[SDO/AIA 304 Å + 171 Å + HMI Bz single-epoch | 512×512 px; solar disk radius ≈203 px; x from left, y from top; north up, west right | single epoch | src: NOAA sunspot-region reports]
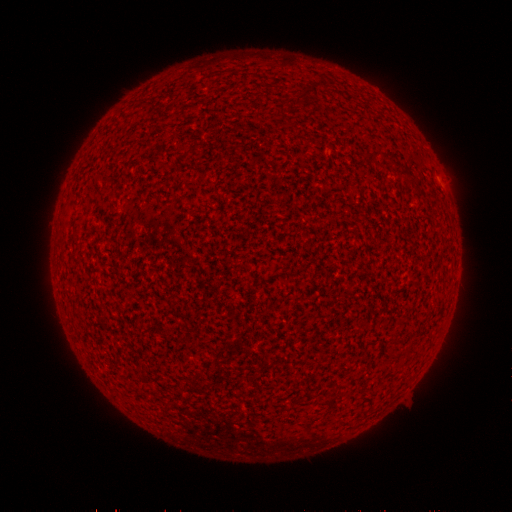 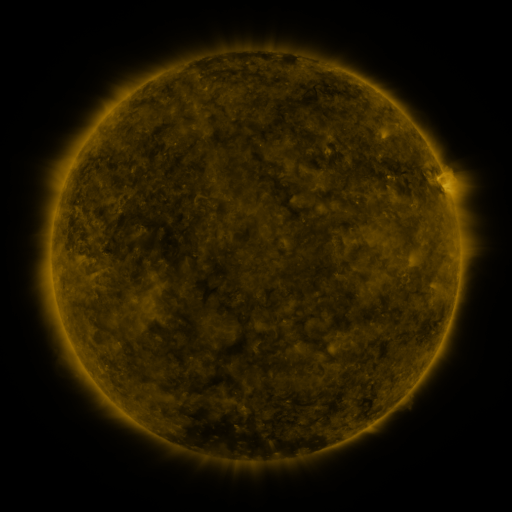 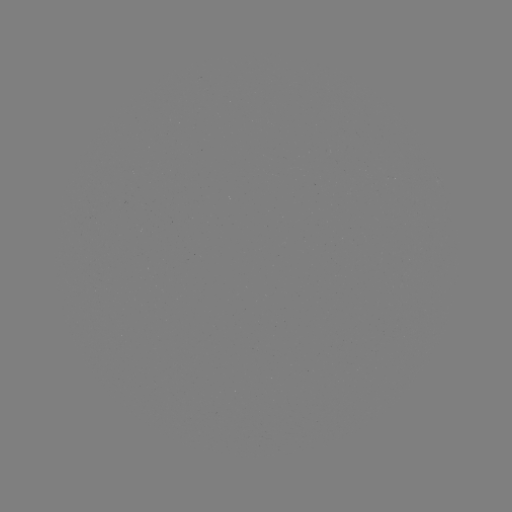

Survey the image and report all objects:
(none)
